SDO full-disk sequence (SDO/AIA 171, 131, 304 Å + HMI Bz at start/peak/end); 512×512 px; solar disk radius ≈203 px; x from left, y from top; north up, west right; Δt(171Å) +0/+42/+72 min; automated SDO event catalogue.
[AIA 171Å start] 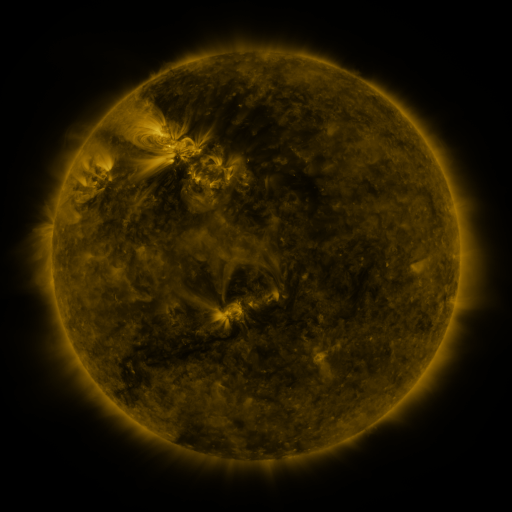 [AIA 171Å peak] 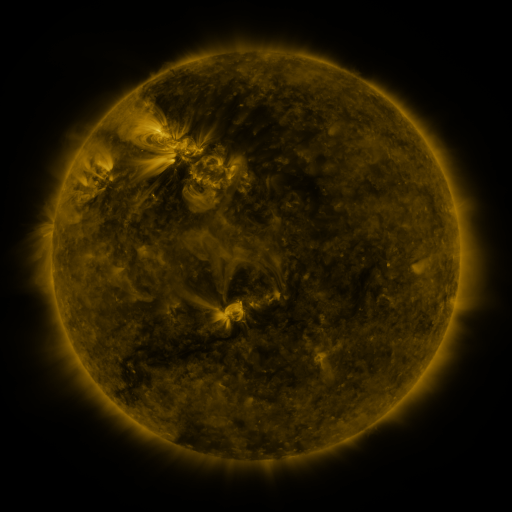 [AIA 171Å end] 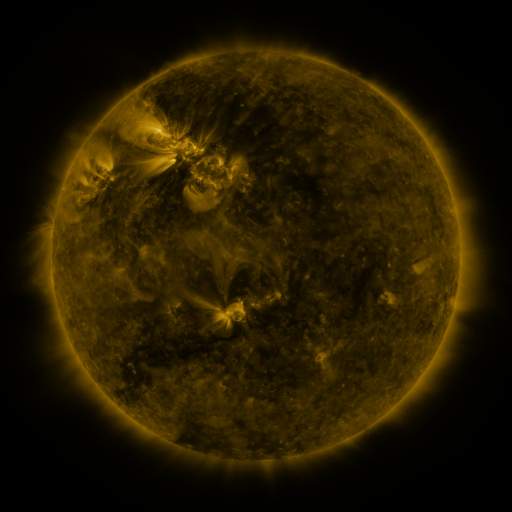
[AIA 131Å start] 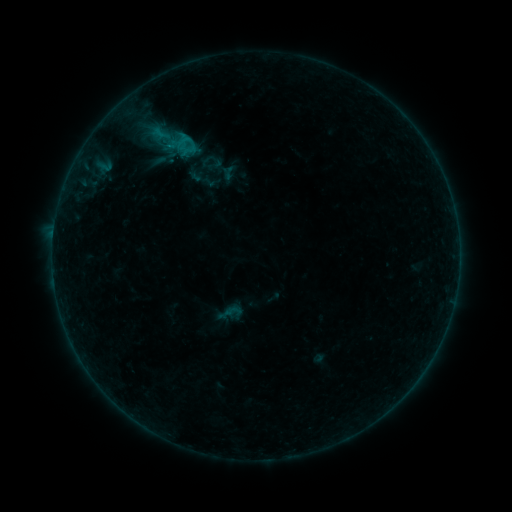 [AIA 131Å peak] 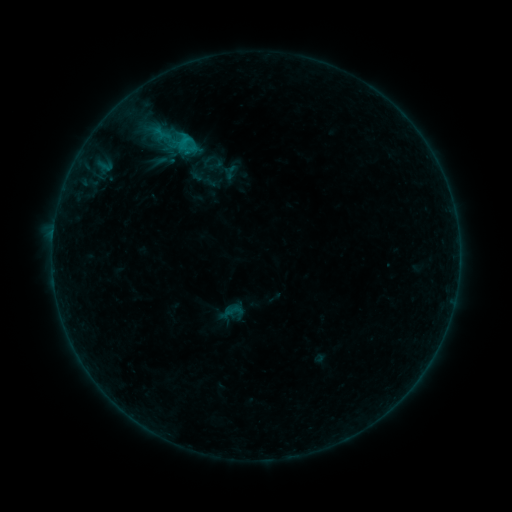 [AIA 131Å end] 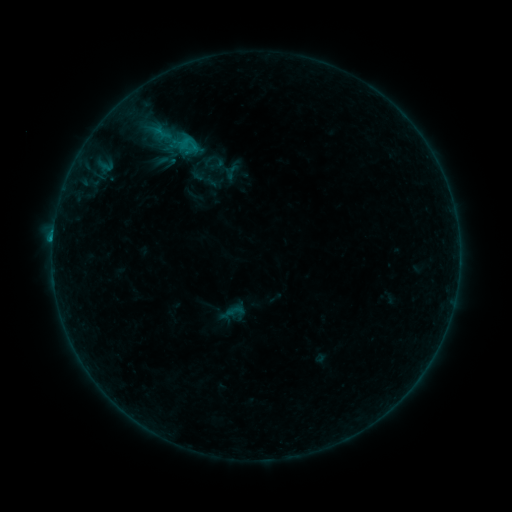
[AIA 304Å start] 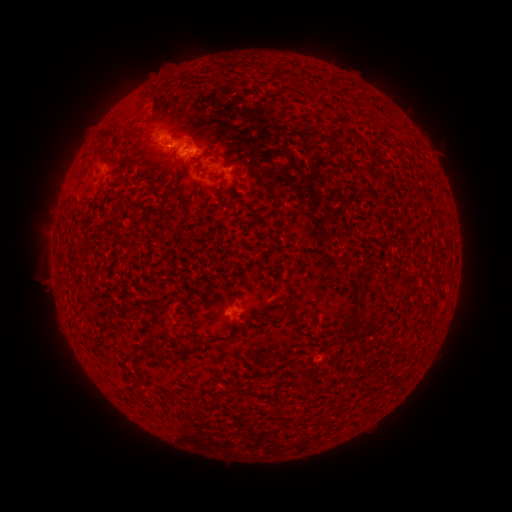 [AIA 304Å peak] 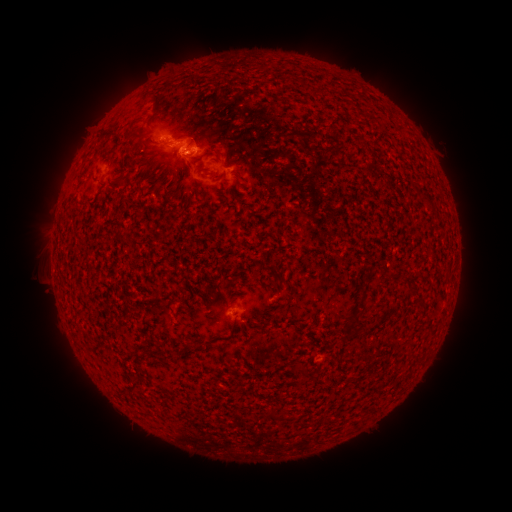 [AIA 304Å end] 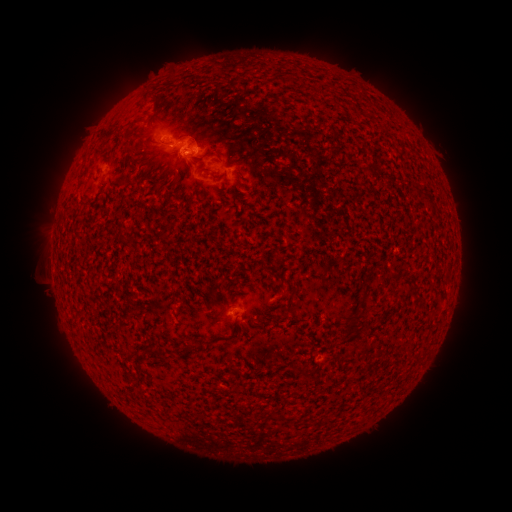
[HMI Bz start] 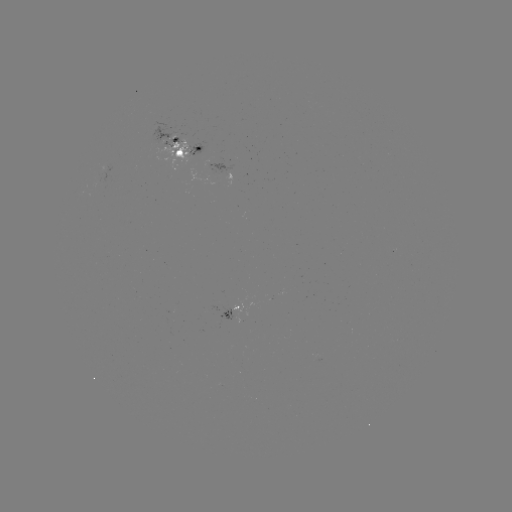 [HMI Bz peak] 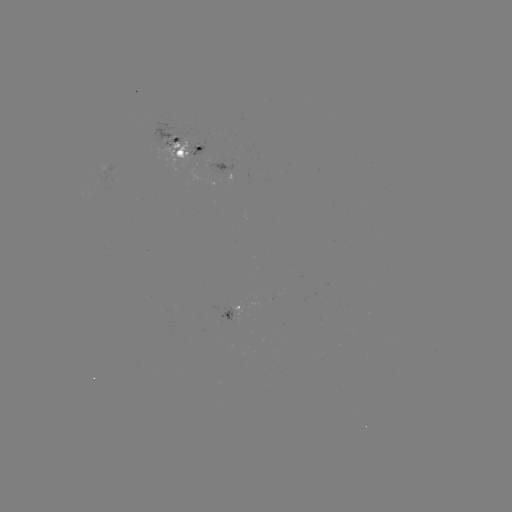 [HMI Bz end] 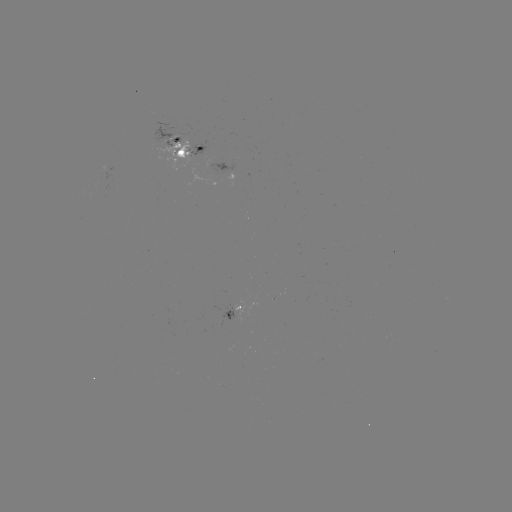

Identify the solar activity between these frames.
emerging-flux region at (172, 140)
